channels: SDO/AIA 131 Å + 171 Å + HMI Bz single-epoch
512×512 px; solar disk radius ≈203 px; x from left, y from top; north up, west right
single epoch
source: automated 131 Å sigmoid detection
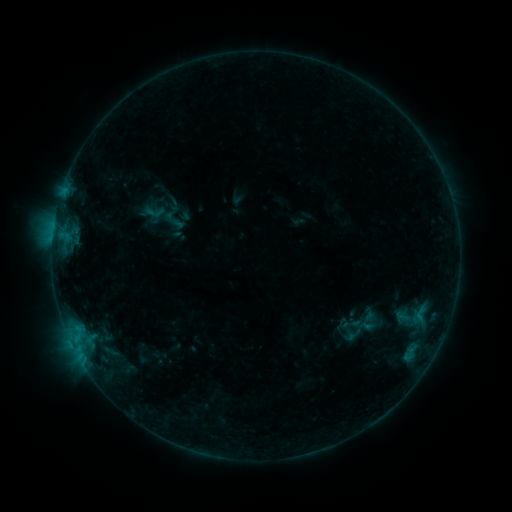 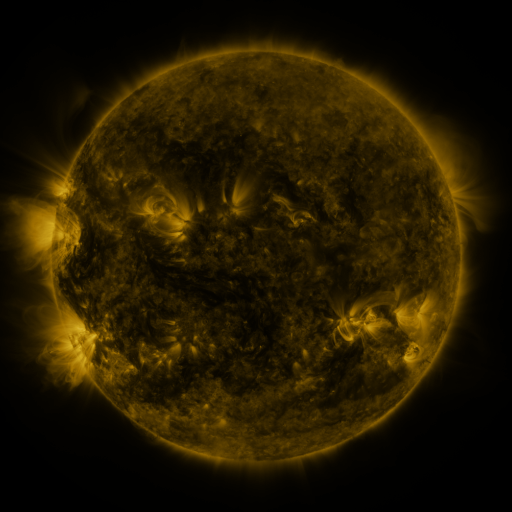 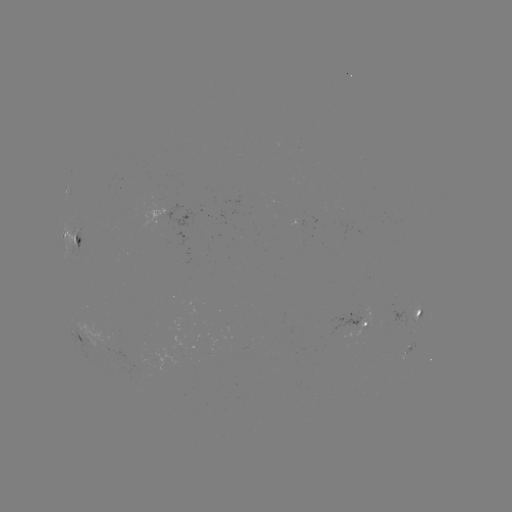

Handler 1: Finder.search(sigmoid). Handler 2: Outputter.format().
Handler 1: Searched sigmoid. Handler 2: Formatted (155, 212).